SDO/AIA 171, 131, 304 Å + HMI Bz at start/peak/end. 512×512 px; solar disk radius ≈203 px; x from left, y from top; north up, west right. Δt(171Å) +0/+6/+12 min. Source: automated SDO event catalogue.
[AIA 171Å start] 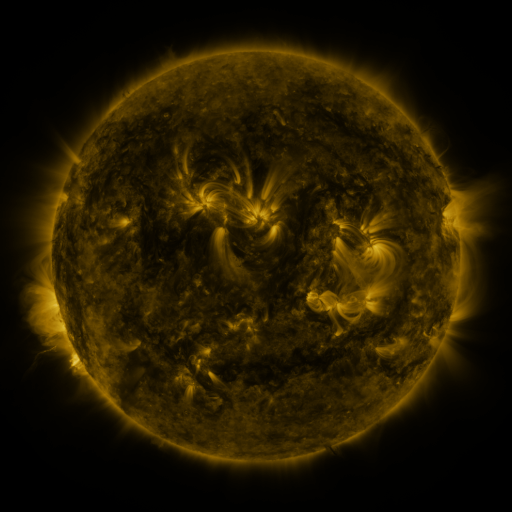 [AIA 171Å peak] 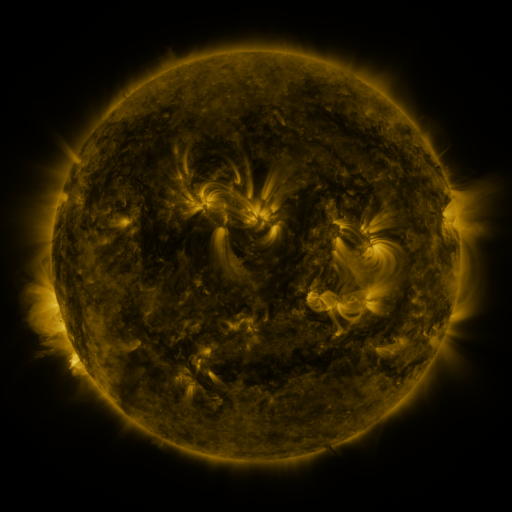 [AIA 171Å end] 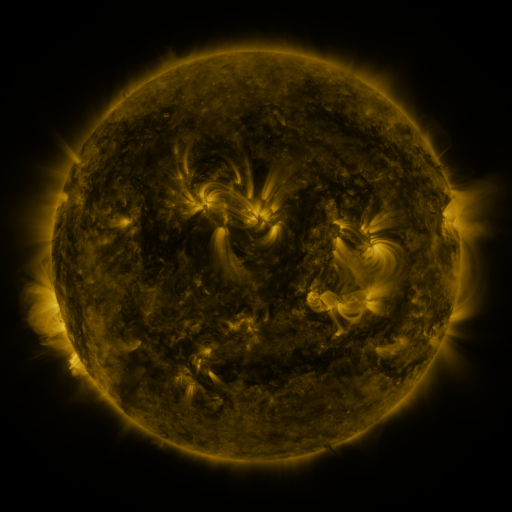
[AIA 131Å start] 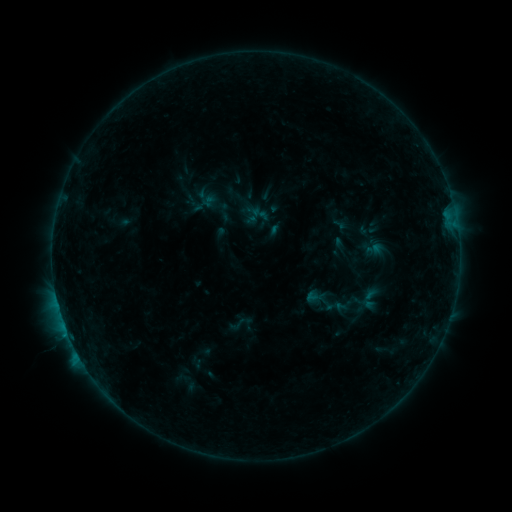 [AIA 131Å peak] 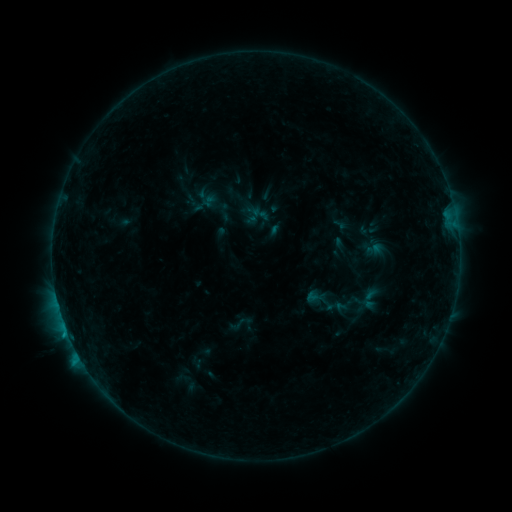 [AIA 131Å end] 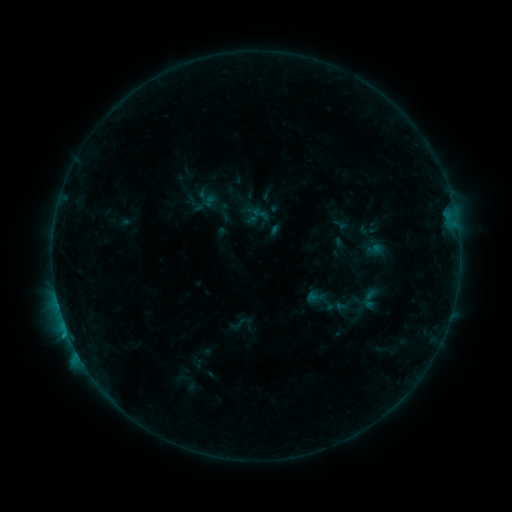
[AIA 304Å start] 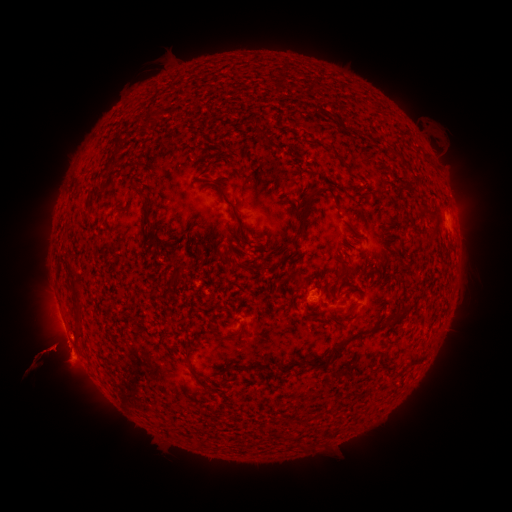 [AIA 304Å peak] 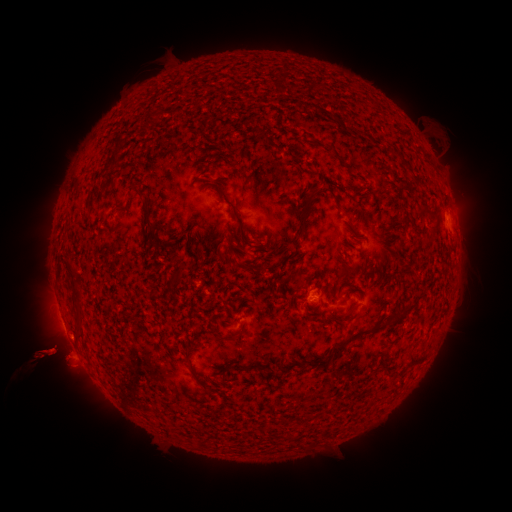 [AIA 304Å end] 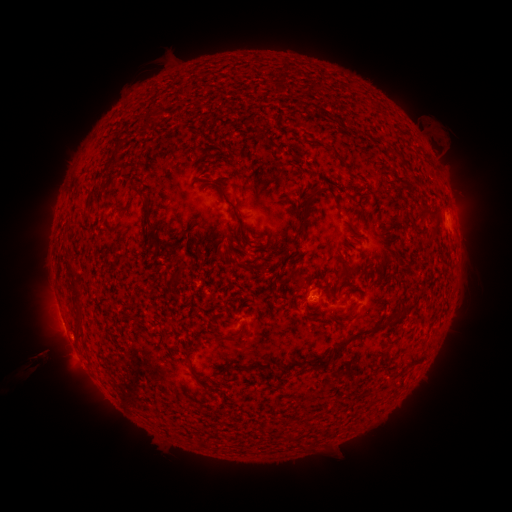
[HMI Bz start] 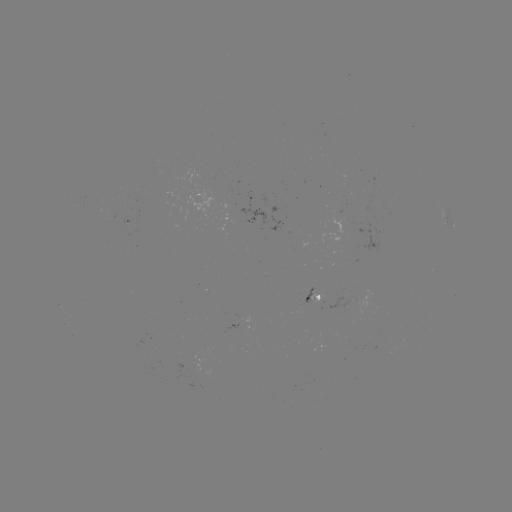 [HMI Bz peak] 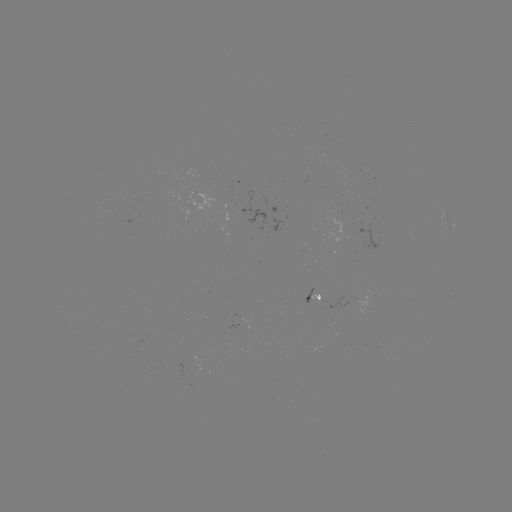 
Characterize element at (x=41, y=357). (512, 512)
eruption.